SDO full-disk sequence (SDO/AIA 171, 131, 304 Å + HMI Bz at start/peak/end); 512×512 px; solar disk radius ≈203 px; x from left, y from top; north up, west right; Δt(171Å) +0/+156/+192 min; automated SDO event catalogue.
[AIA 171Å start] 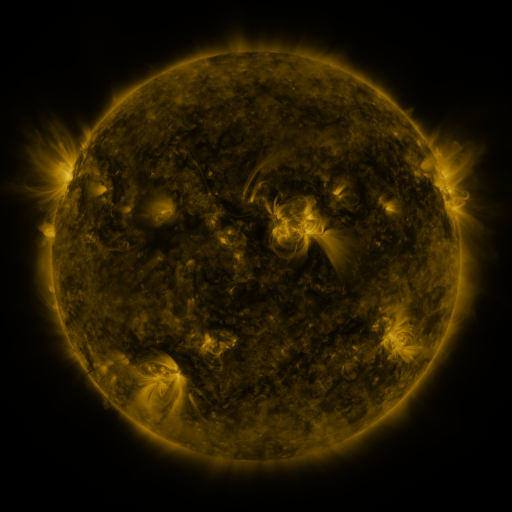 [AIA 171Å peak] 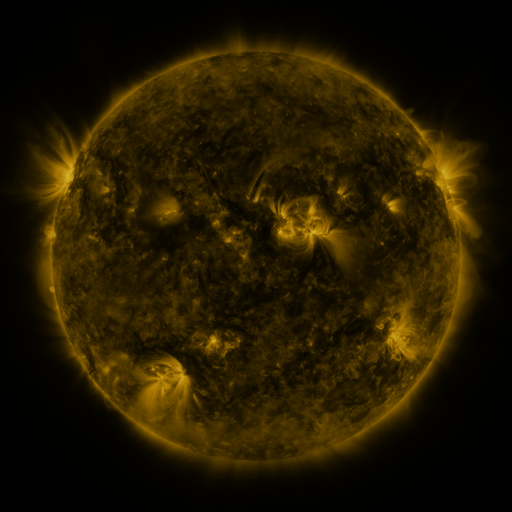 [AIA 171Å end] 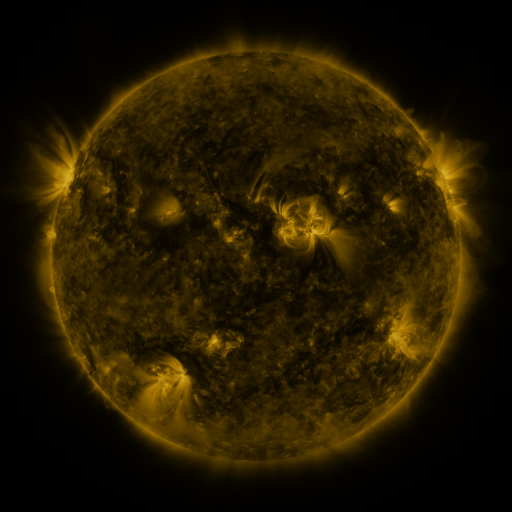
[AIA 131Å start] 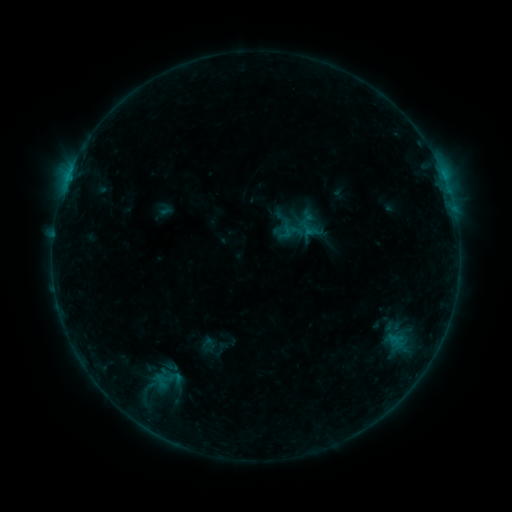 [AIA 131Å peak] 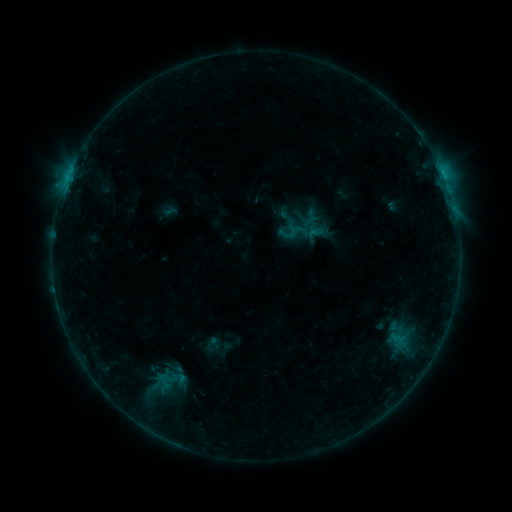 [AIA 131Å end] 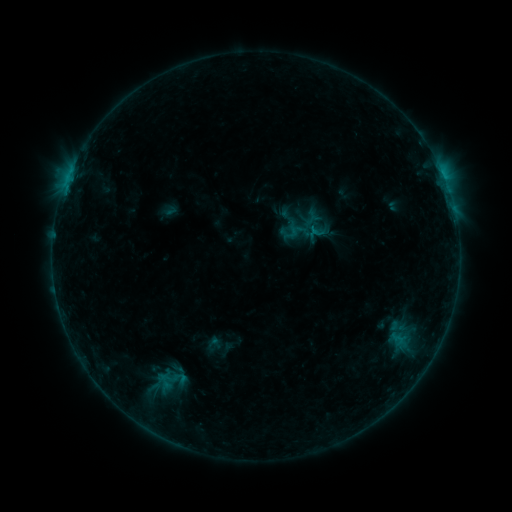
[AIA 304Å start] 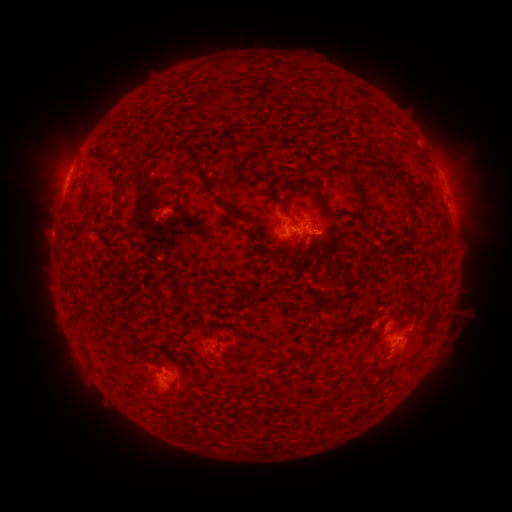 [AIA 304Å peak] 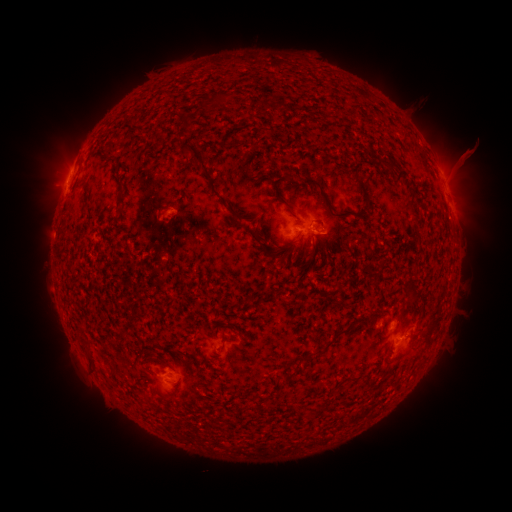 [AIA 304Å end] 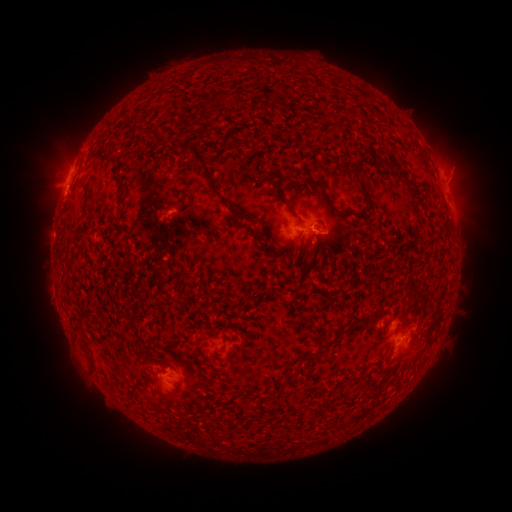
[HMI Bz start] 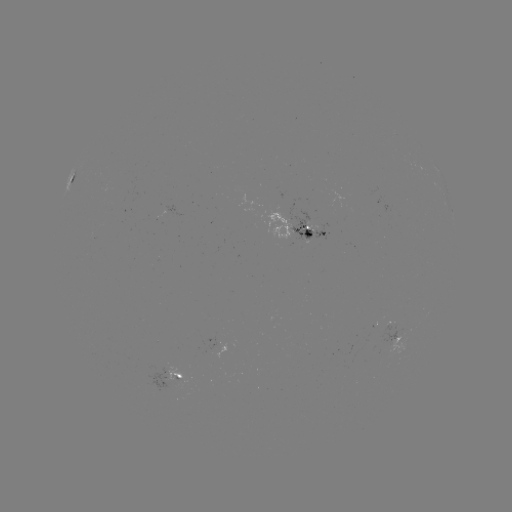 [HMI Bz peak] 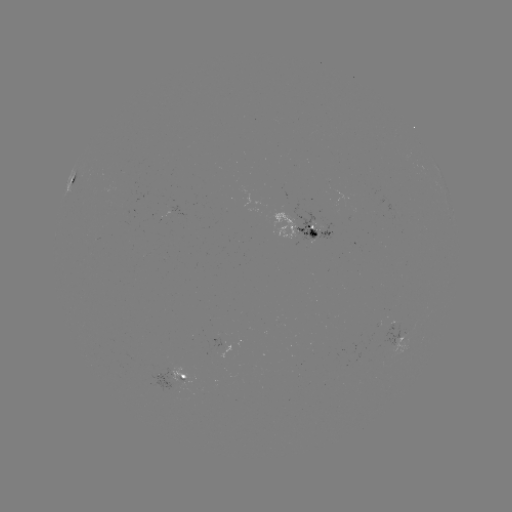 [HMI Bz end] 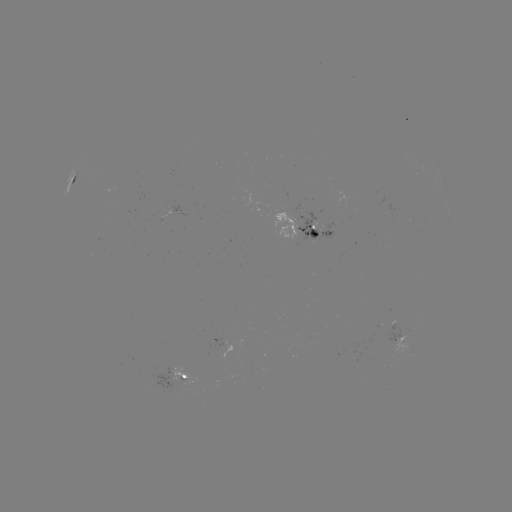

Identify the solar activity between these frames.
emerging-flux region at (316, 227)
